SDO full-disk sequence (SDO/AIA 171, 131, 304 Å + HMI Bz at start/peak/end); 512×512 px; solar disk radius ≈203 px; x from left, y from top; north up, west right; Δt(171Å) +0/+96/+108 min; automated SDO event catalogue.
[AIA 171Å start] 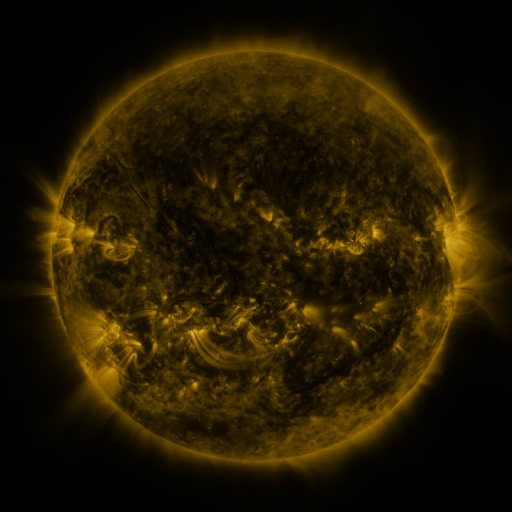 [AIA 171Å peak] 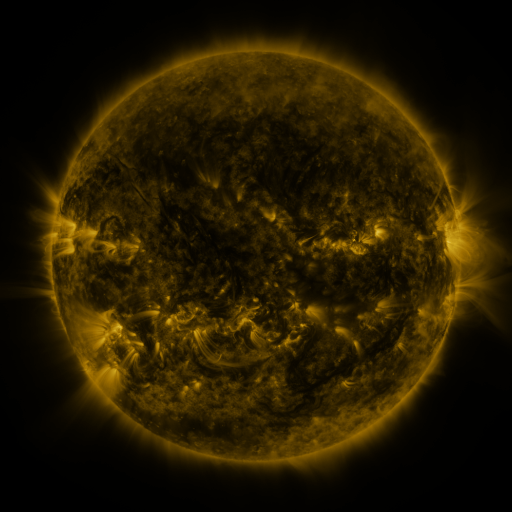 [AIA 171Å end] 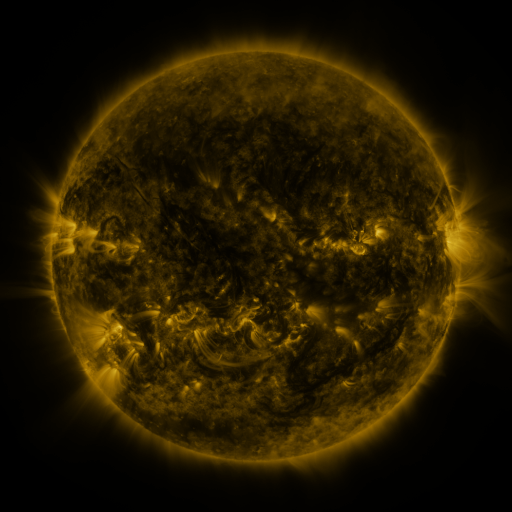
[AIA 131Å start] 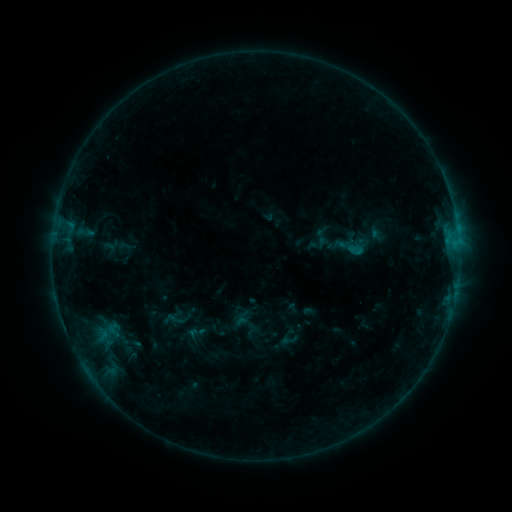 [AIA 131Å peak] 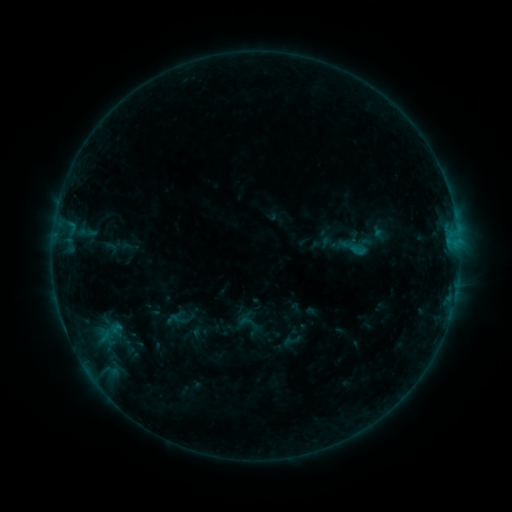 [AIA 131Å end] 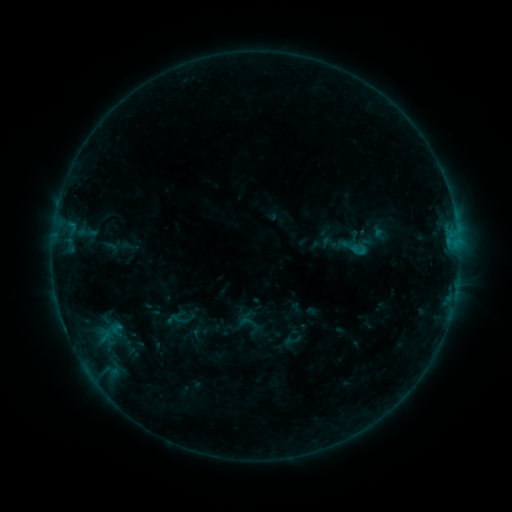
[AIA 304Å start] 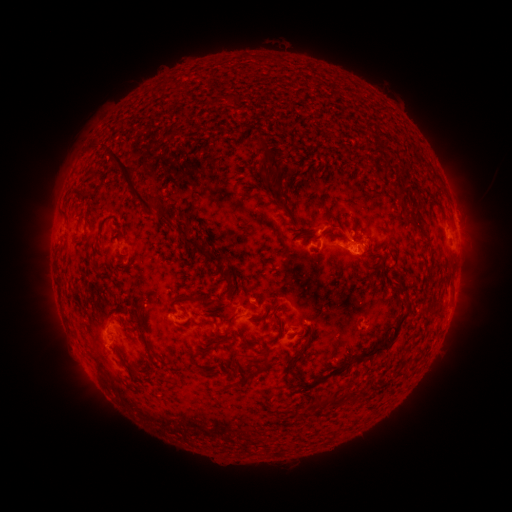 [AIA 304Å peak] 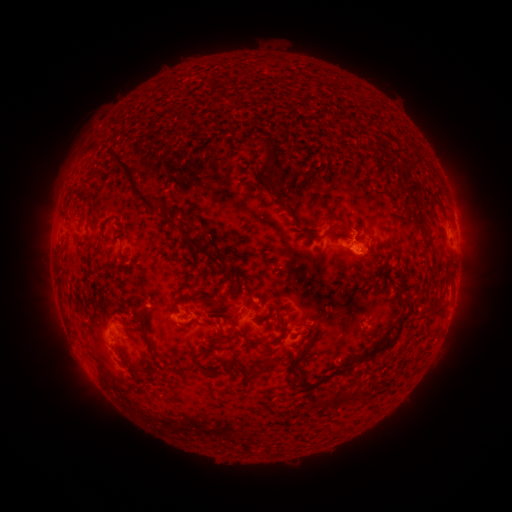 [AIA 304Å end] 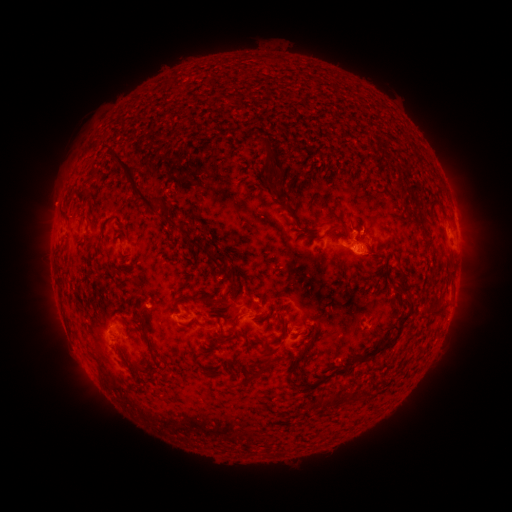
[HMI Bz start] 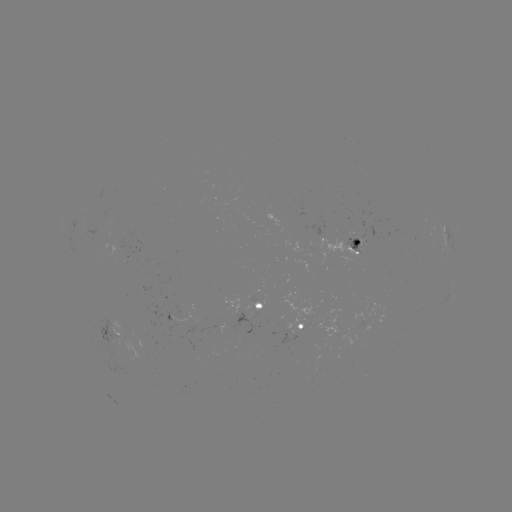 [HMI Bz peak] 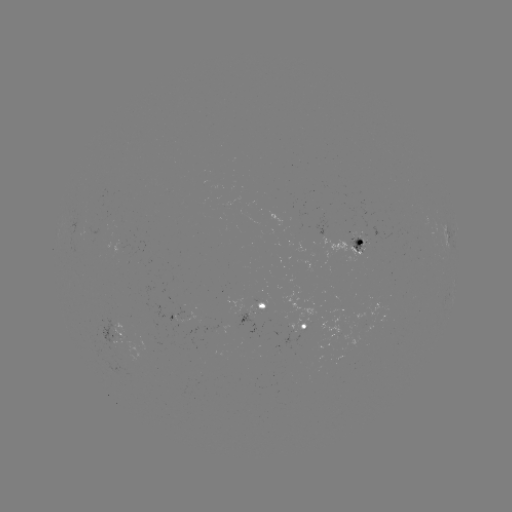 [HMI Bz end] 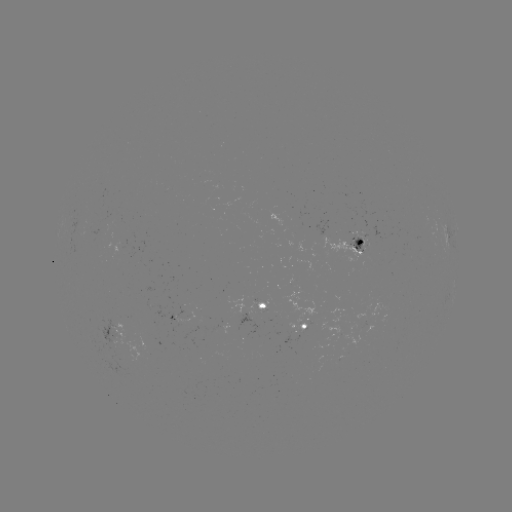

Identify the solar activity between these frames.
emerging-flux region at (256, 309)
